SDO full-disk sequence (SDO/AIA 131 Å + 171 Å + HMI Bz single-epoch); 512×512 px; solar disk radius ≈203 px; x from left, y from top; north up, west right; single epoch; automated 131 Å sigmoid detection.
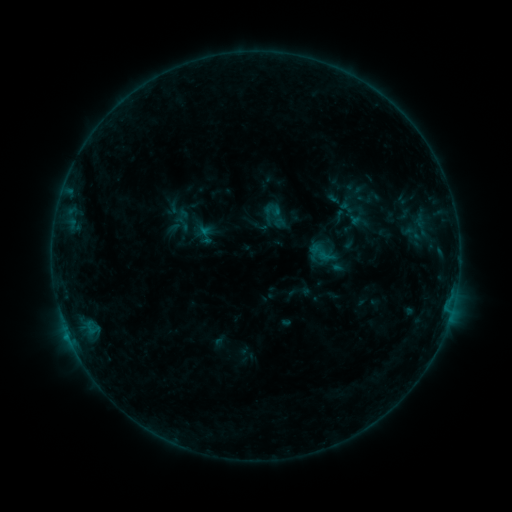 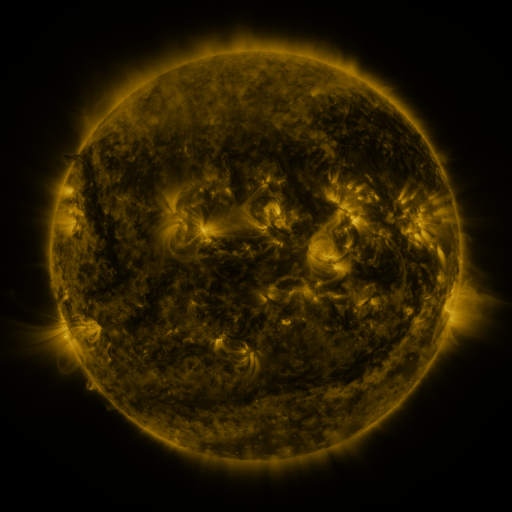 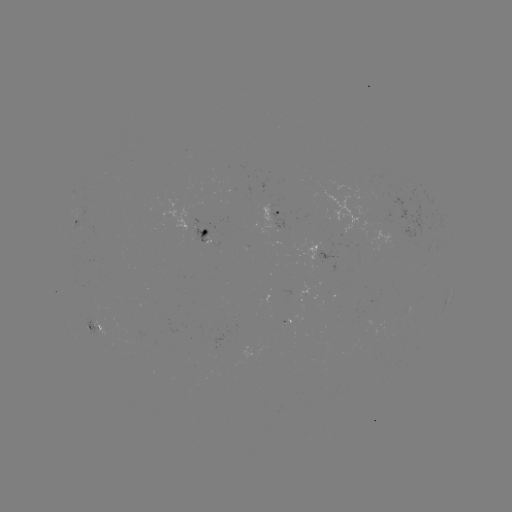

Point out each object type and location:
sigmoid: <bbox>260, 200, 292, 230</bbox>
